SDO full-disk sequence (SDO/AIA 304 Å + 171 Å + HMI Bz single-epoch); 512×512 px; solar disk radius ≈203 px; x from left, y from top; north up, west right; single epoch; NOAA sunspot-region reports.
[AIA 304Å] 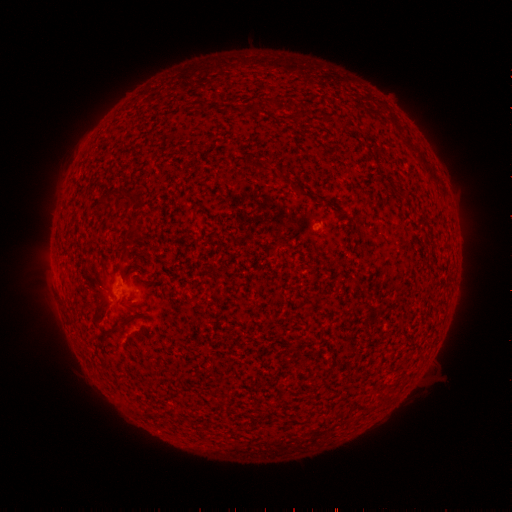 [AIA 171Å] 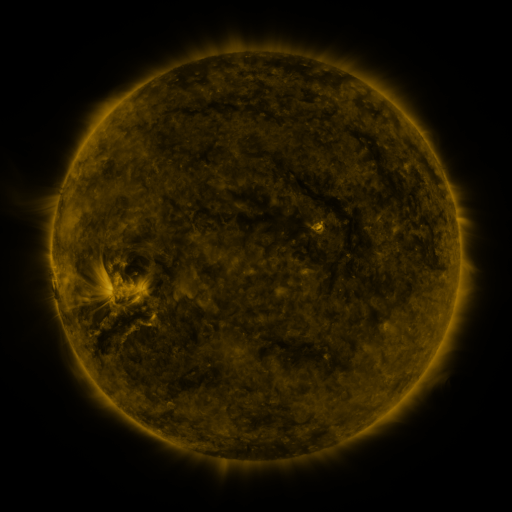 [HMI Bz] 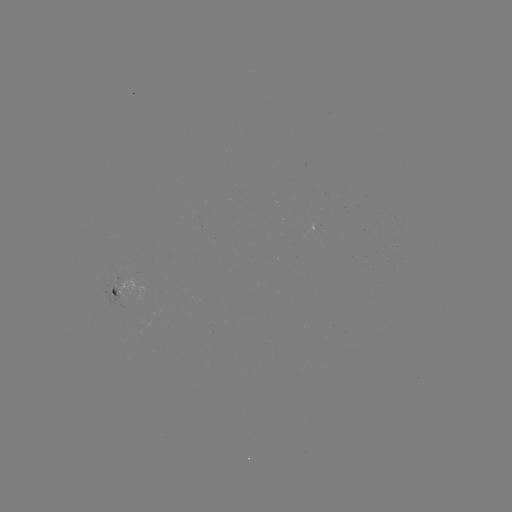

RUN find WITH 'spotted active region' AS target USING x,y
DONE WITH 128,291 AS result